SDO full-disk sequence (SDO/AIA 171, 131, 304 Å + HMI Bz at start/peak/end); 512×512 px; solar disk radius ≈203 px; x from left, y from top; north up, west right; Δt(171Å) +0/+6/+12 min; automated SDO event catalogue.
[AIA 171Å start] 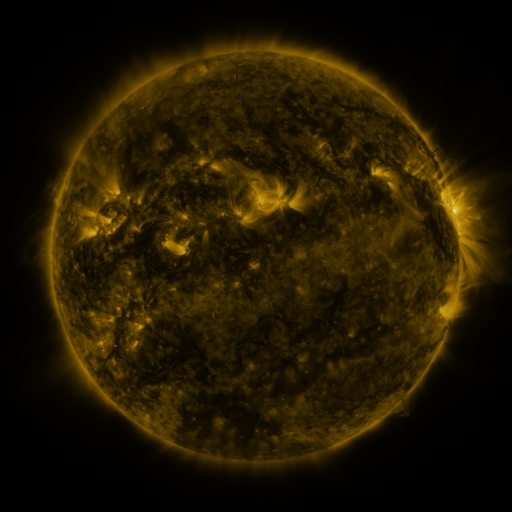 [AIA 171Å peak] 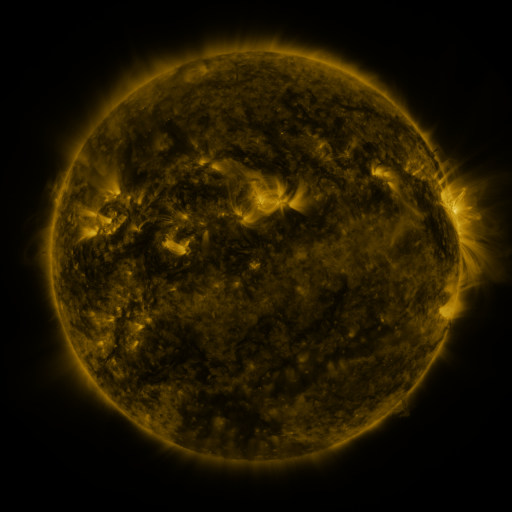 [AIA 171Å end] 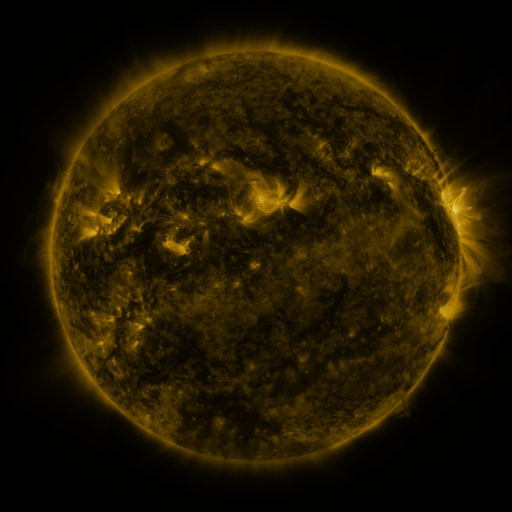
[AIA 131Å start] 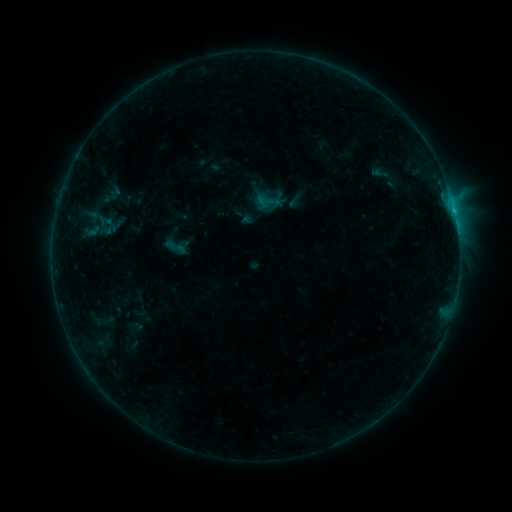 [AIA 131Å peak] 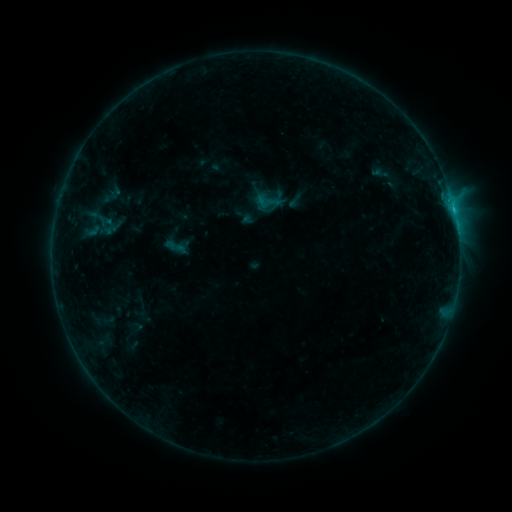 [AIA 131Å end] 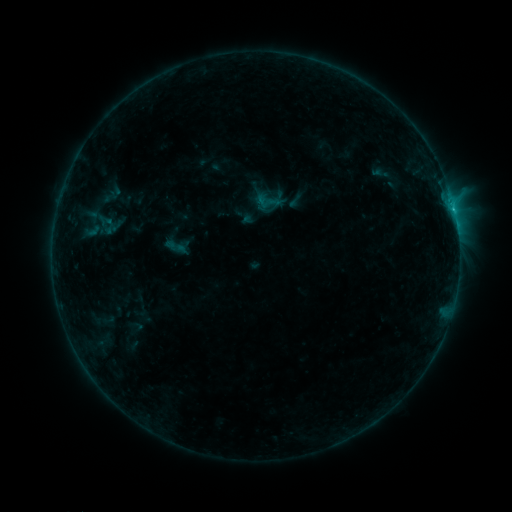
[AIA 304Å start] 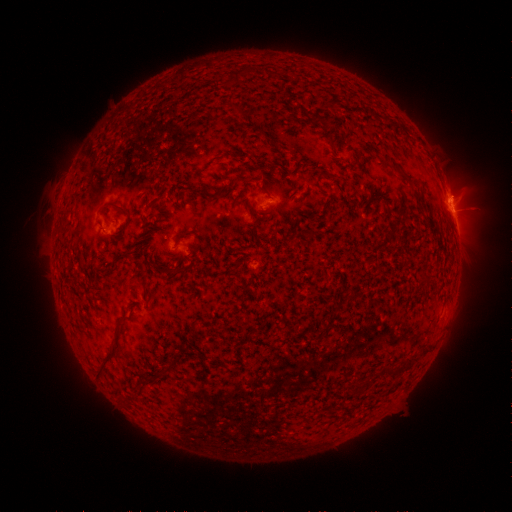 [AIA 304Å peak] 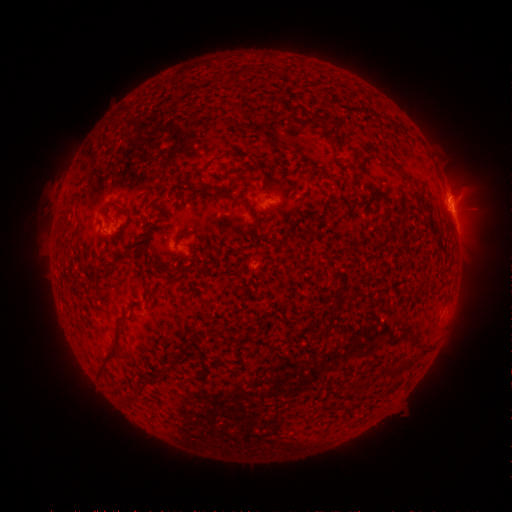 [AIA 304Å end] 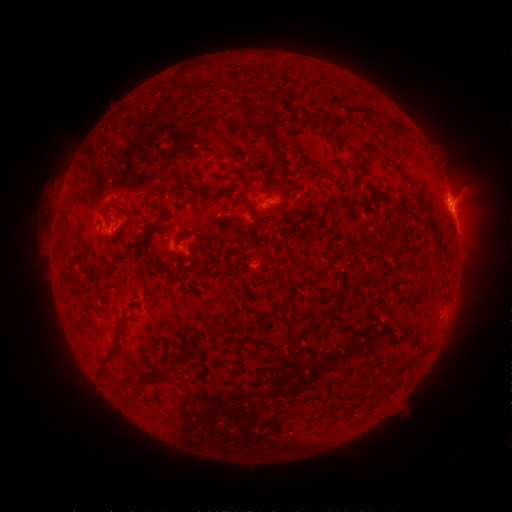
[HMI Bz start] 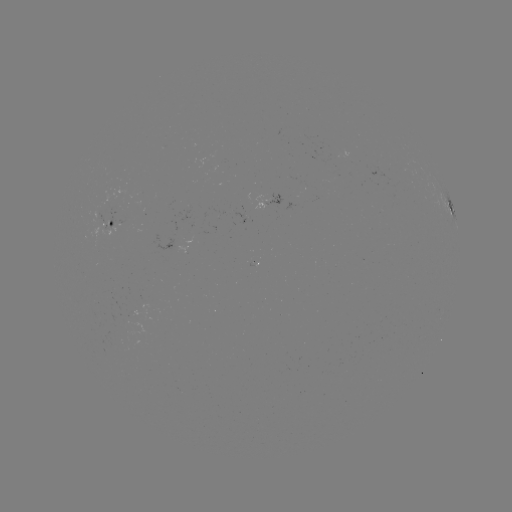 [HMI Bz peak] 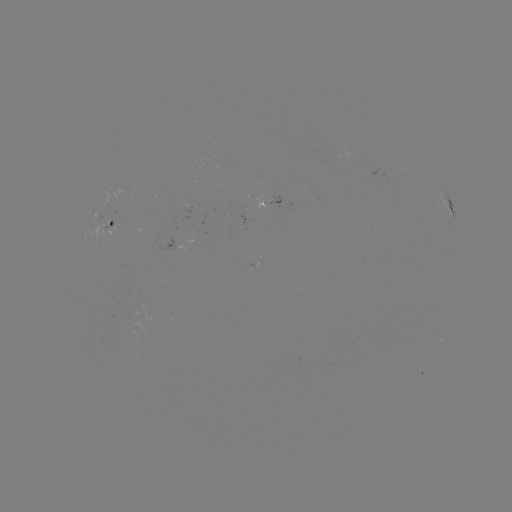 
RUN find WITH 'B9.1 flare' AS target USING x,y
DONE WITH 452,210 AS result